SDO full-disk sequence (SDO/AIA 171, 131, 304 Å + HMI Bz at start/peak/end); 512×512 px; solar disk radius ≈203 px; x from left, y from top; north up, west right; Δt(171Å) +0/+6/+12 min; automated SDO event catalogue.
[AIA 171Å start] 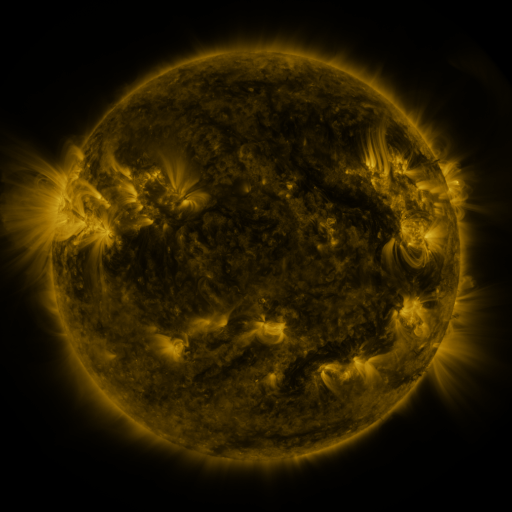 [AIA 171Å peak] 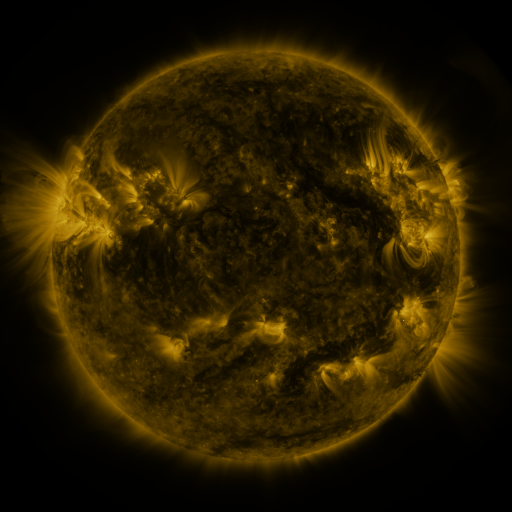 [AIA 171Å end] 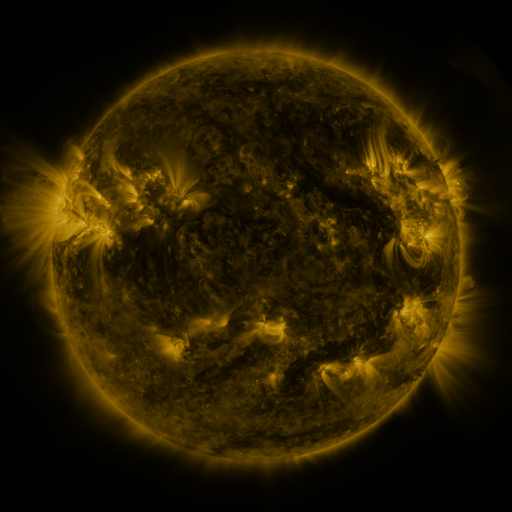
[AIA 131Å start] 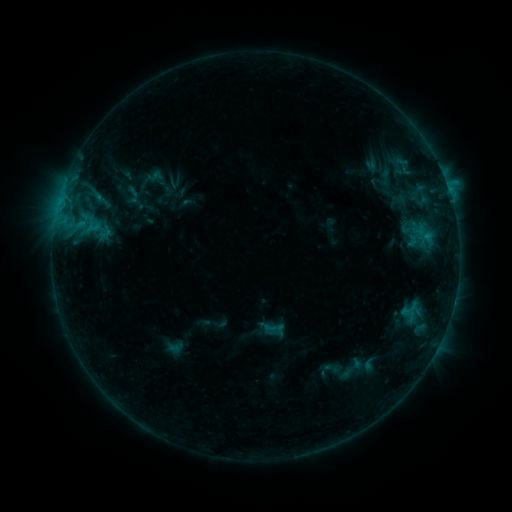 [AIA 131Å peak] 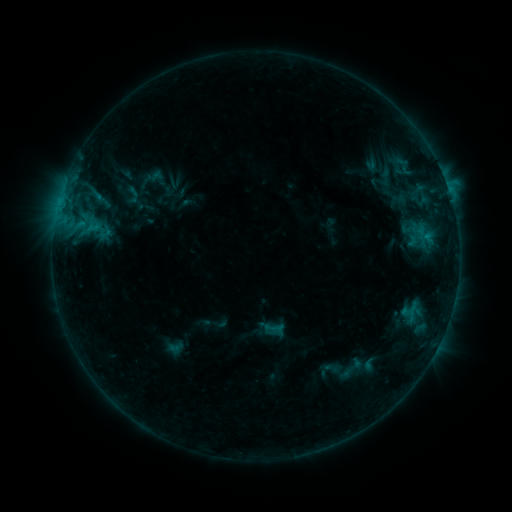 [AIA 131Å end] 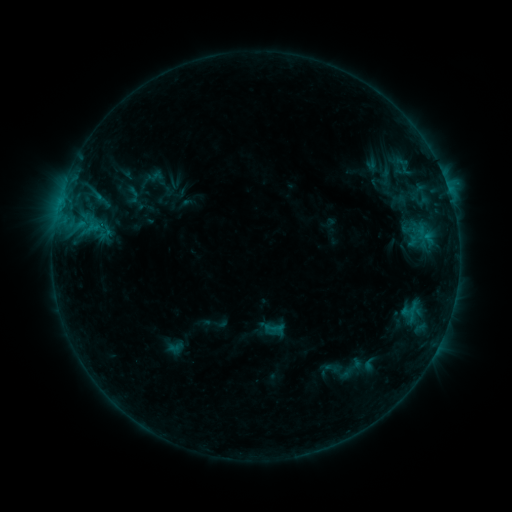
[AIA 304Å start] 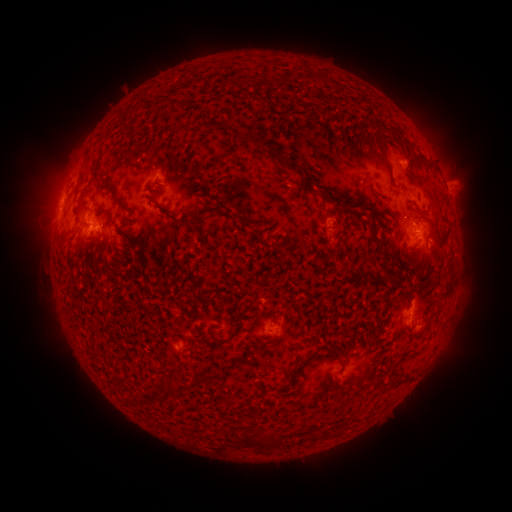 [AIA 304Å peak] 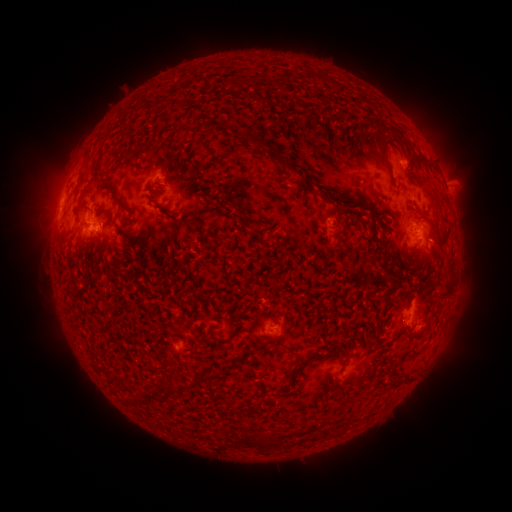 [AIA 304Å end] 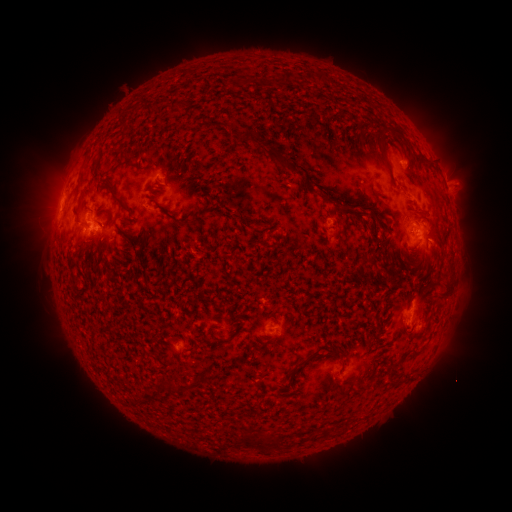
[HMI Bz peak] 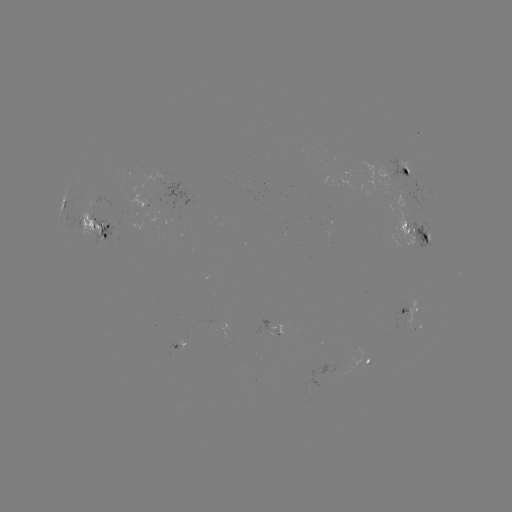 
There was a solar flare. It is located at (429, 241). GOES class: C1.5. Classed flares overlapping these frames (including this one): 1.